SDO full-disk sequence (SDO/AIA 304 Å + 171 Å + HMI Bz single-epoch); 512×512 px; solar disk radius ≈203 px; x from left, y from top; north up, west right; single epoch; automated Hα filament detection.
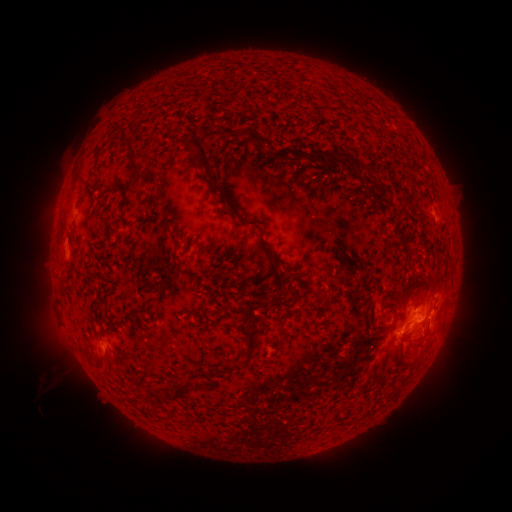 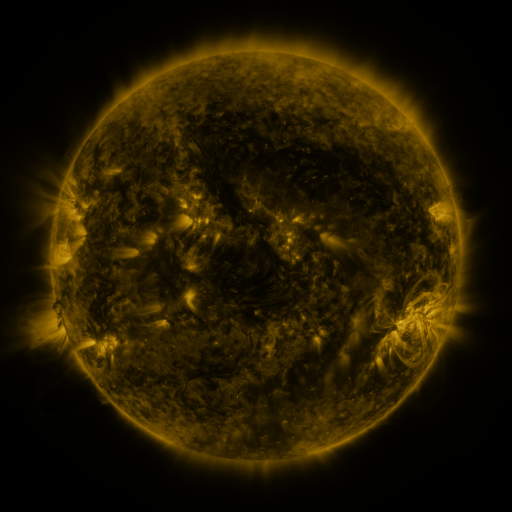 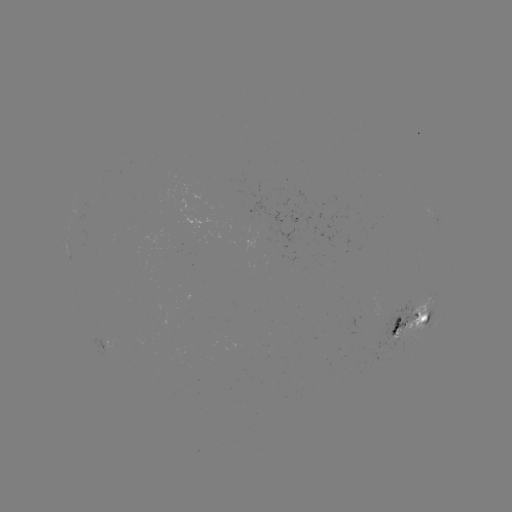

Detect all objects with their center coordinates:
filament: [183, 134, 209, 169]
filament: [271, 143, 306, 159]
filament: [125, 144, 140, 193]
filament: [320, 150, 350, 171]
filament: [295, 170, 305, 180]
filament: [324, 181, 336, 194]
filament: [218, 191, 252, 226]
filament: [118, 201, 131, 228]
filament: [174, 225, 182, 242]
filament: [253, 248, 289, 309]
filament: [424, 267, 434, 283]
filament: [410, 268, 423, 281]
filament: [320, 272, 329, 282]
filament: [391, 321, 401, 335]
filament: [234, 322, 262, 359]
filament: [89, 353, 109, 372]
filament: [168, 376, 193, 403]
